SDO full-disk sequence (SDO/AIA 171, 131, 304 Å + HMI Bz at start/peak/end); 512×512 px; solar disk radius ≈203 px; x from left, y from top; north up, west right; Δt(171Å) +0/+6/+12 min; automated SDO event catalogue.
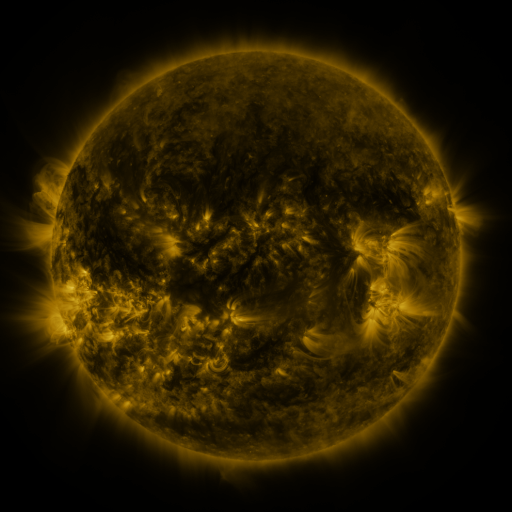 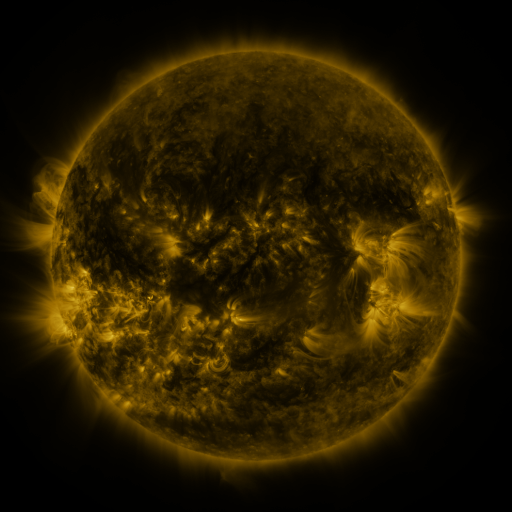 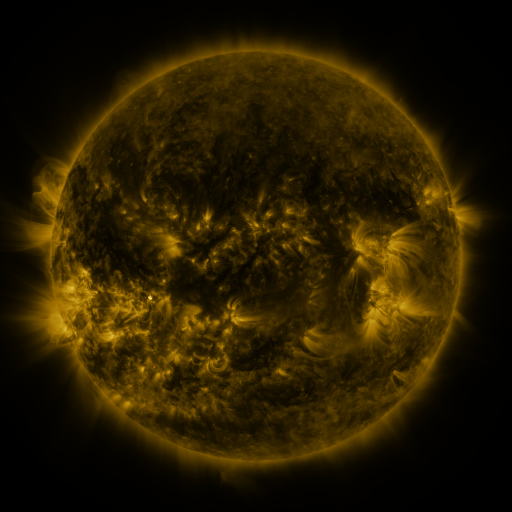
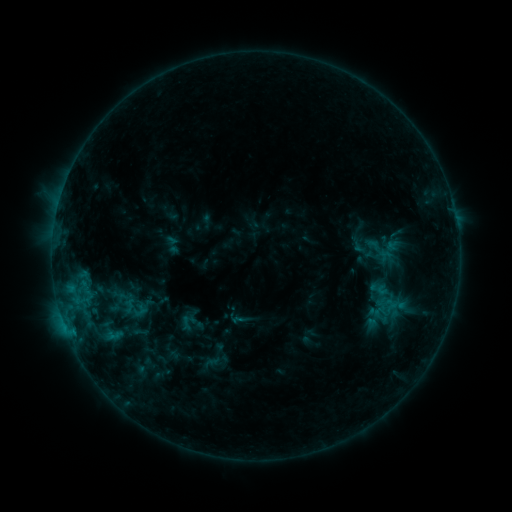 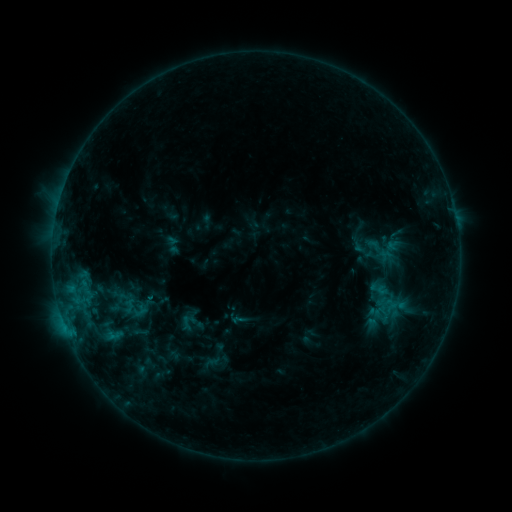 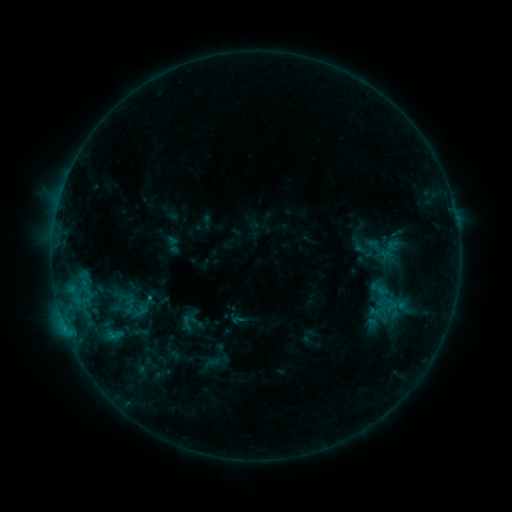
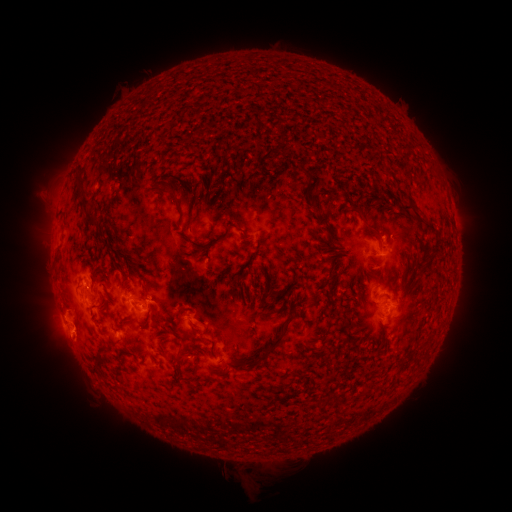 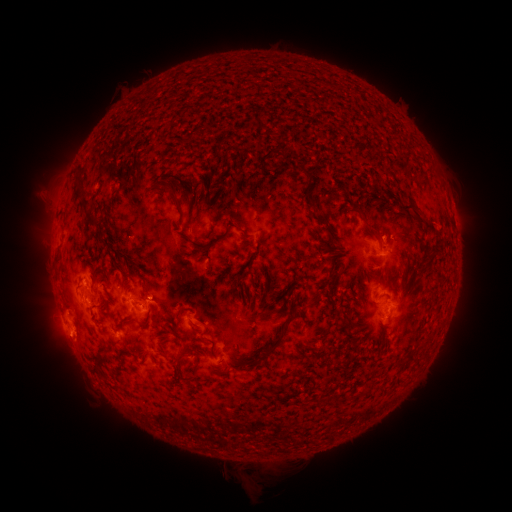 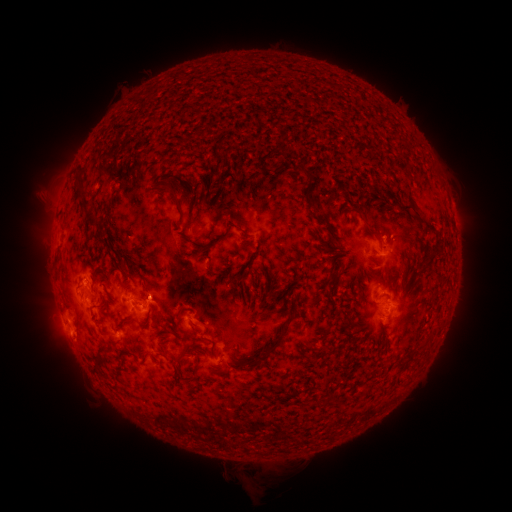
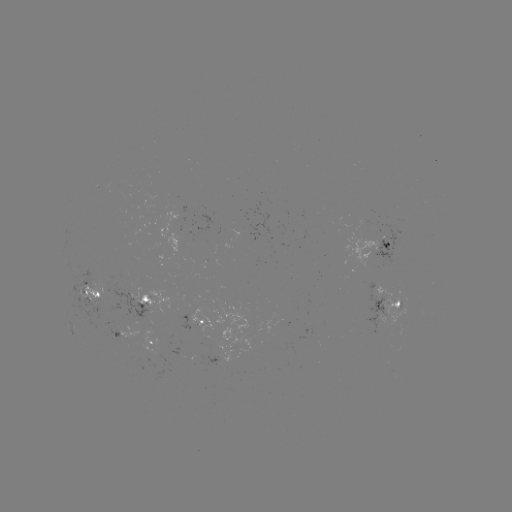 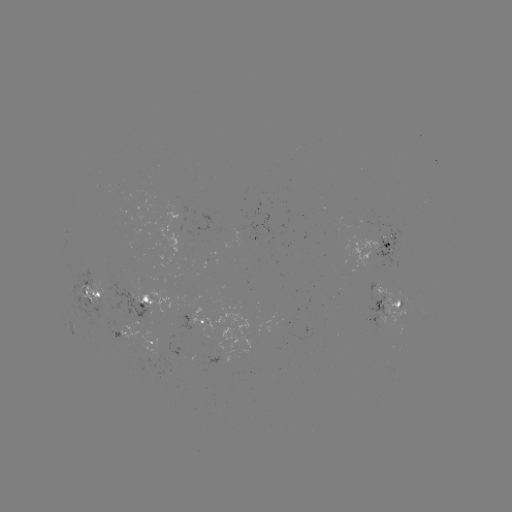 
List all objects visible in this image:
C1.3 flare: (151, 297)
